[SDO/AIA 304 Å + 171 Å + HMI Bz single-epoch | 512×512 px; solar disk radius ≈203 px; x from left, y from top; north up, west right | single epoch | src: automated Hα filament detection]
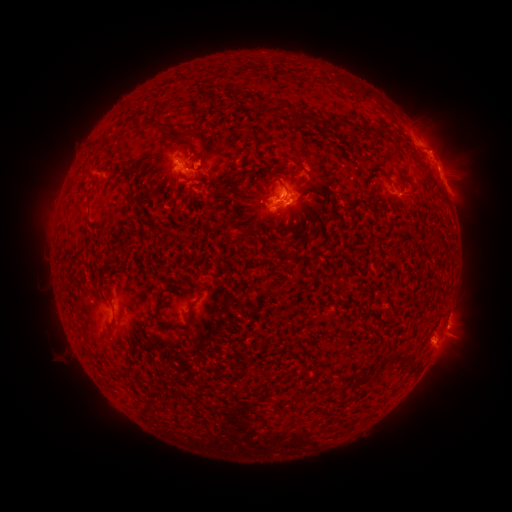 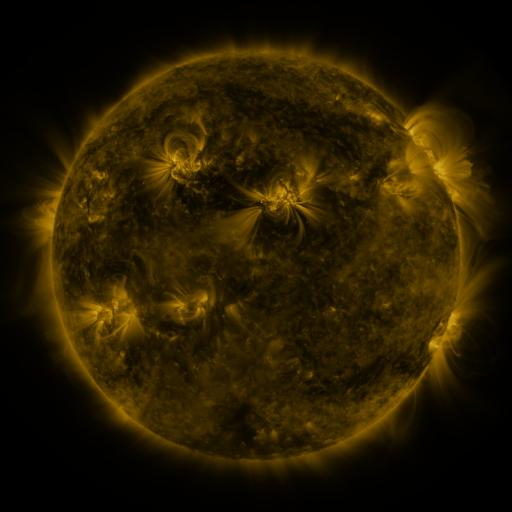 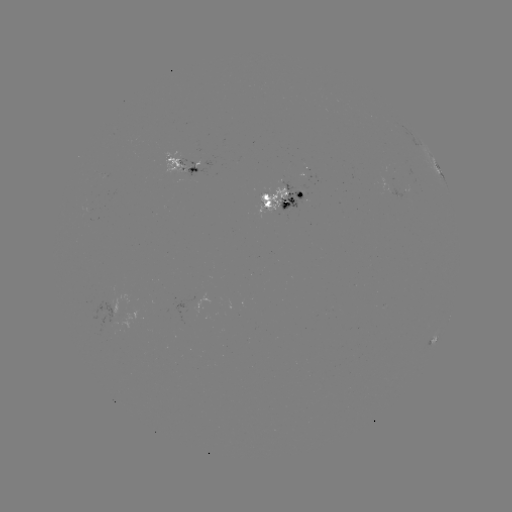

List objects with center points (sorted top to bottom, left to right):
filament: (364, 95)
filament: (196, 97)
filament: (151, 124)
filament: (184, 133)
filament: (96, 144)
filament: (247, 172)
filament: (275, 180)
filament: (189, 316)
filament: (155, 319)
filament: (109, 329)
filament: (403, 359)
filament: (390, 360)
filament: (364, 376)
